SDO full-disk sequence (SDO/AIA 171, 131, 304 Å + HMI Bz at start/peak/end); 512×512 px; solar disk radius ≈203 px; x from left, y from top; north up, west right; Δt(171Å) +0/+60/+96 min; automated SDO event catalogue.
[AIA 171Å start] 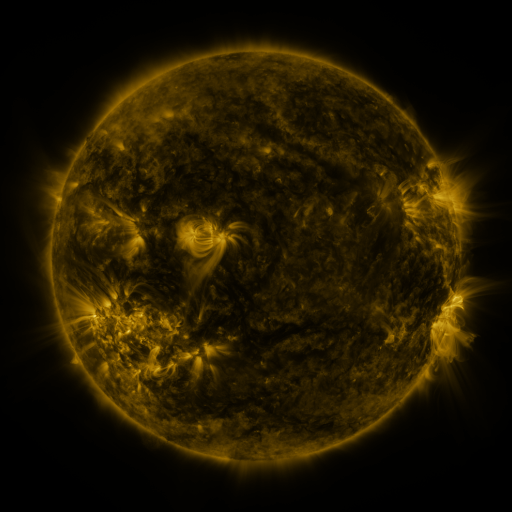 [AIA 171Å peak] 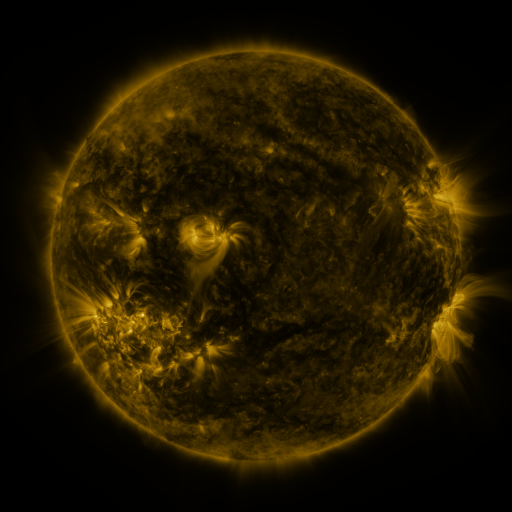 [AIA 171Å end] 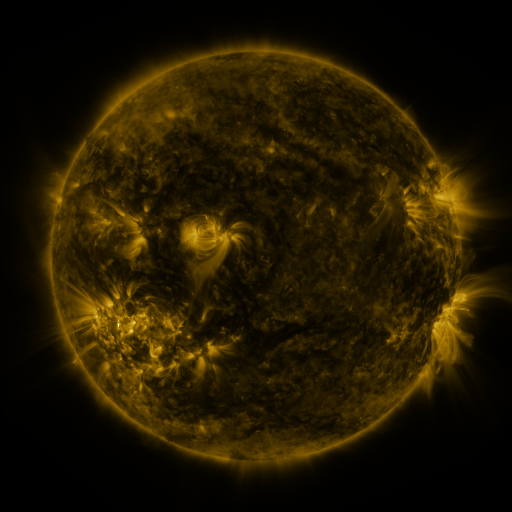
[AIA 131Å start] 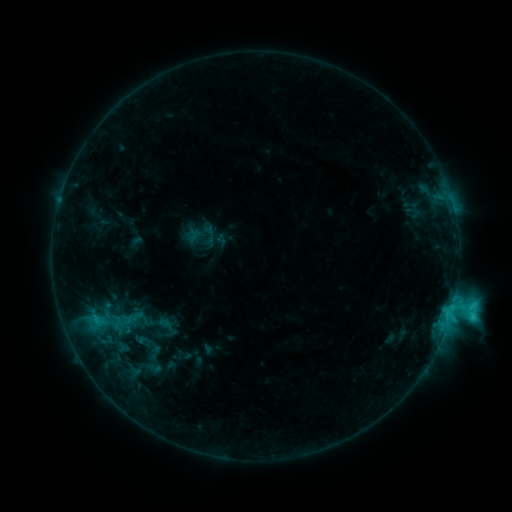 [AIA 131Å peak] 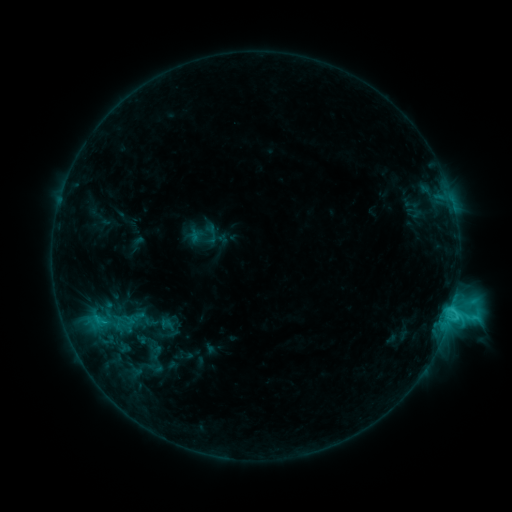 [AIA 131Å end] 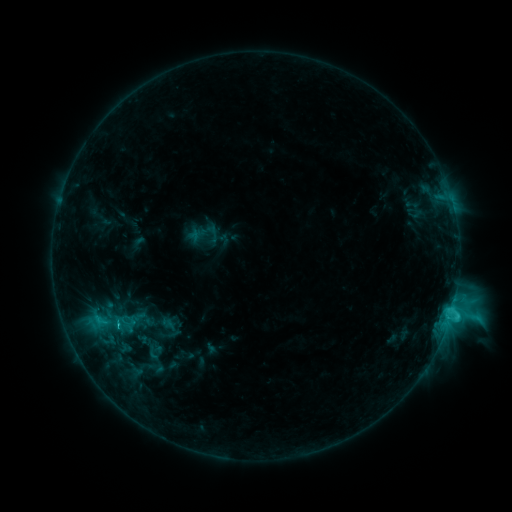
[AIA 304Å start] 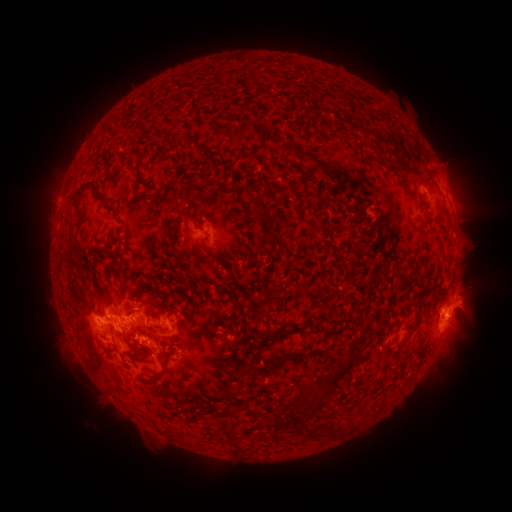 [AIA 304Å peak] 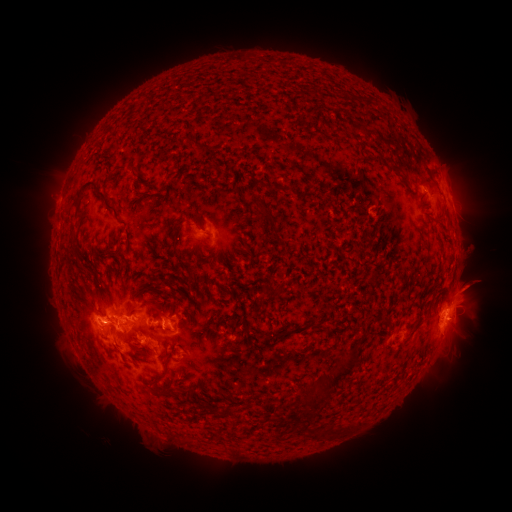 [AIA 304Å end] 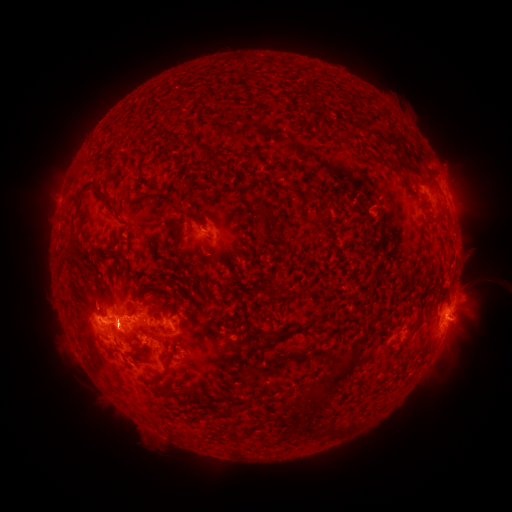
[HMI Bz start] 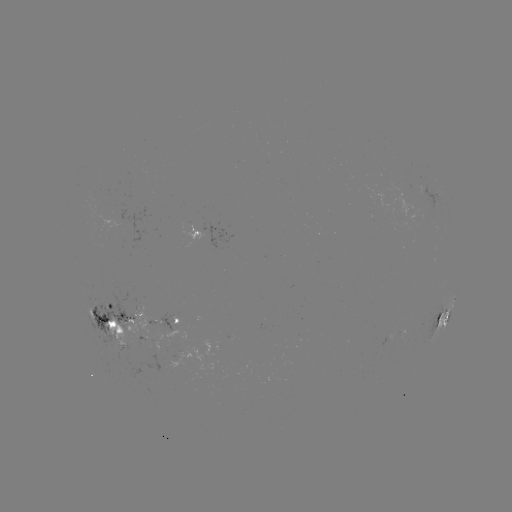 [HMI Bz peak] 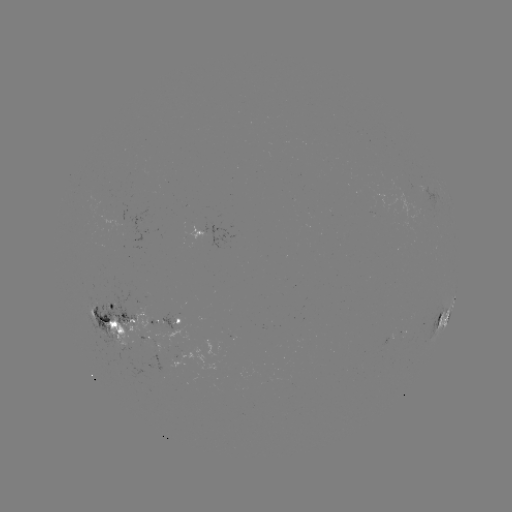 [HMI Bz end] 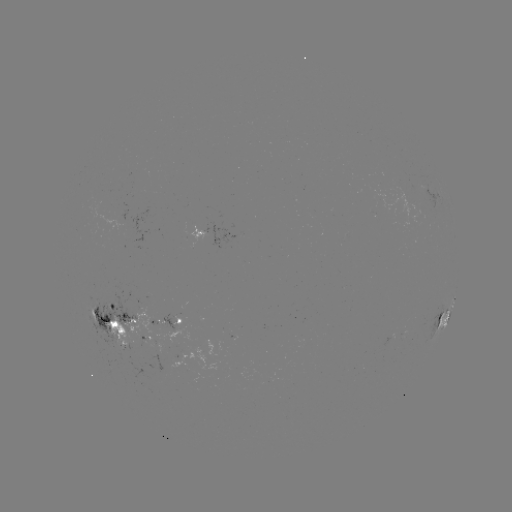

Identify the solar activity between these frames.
emerging-flux region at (144, 339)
